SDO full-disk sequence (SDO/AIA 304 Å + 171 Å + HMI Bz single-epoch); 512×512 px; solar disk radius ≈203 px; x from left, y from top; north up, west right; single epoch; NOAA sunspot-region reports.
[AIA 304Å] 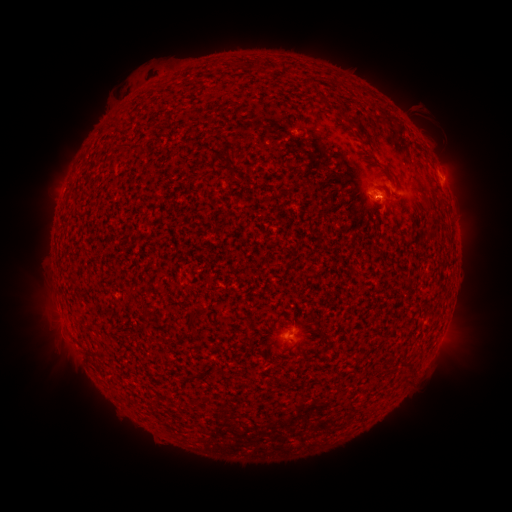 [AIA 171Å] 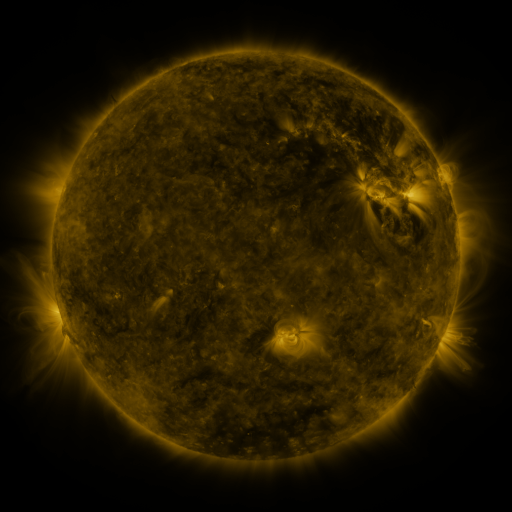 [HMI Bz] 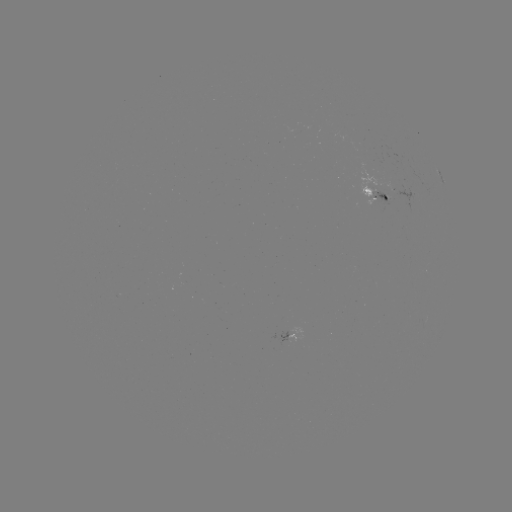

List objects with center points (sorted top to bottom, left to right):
spotted active region: (437, 171)
spotted active region: (372, 187)
spotted active region: (296, 332)
